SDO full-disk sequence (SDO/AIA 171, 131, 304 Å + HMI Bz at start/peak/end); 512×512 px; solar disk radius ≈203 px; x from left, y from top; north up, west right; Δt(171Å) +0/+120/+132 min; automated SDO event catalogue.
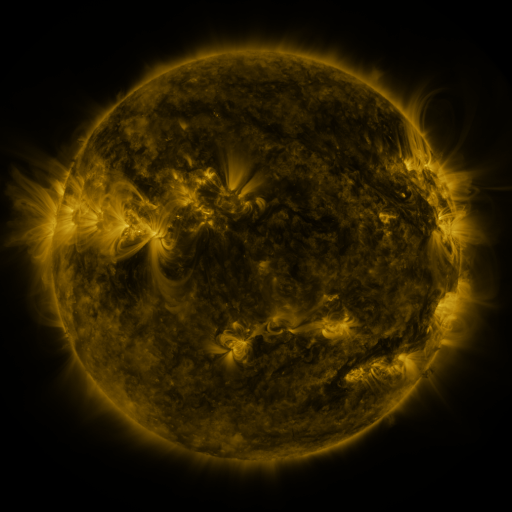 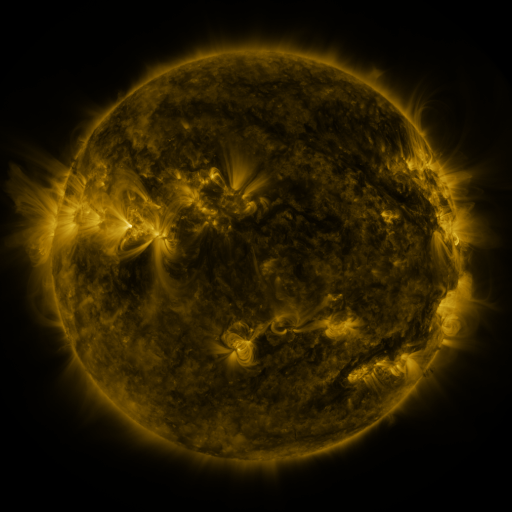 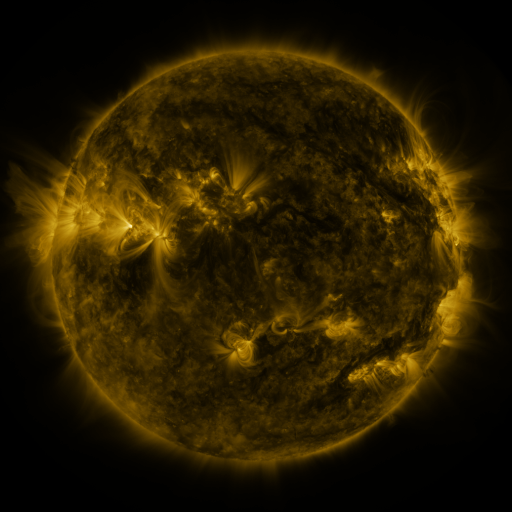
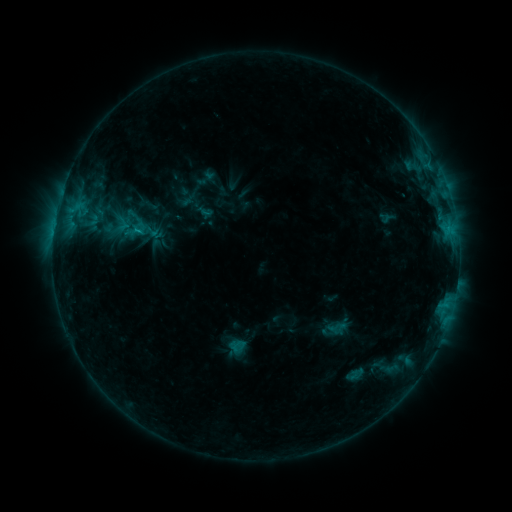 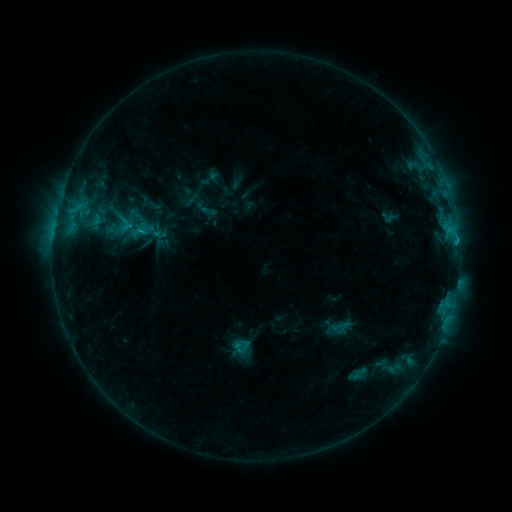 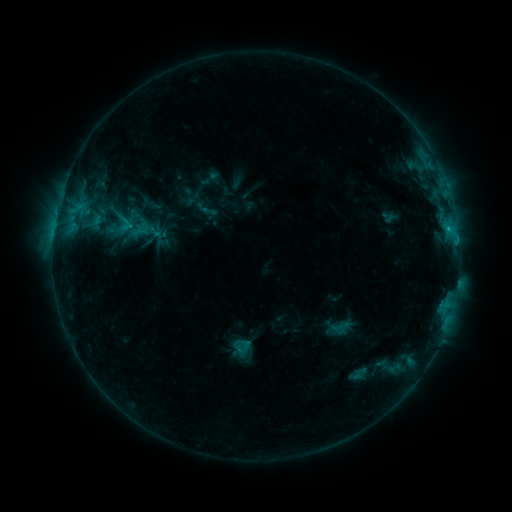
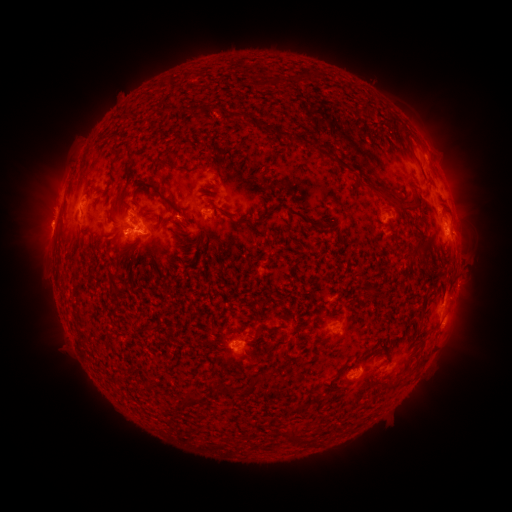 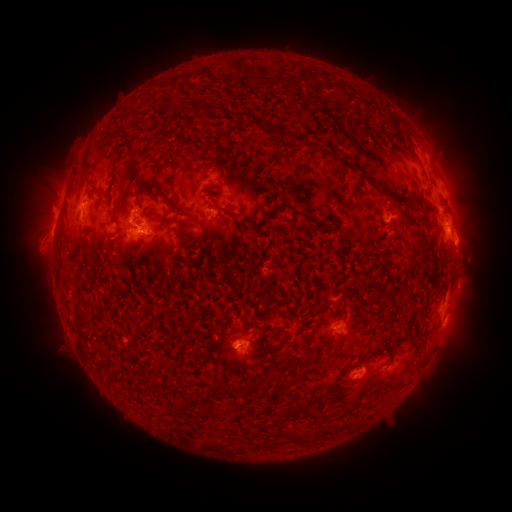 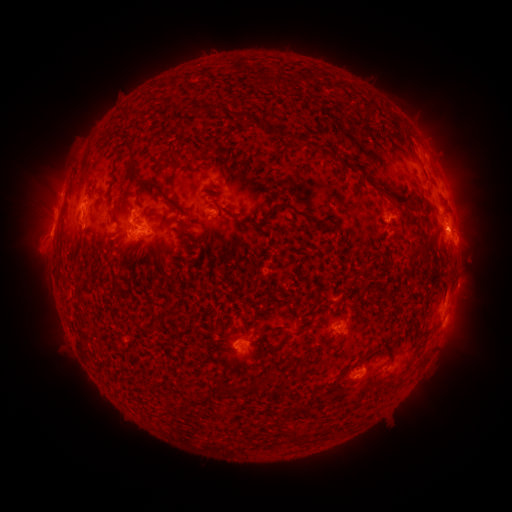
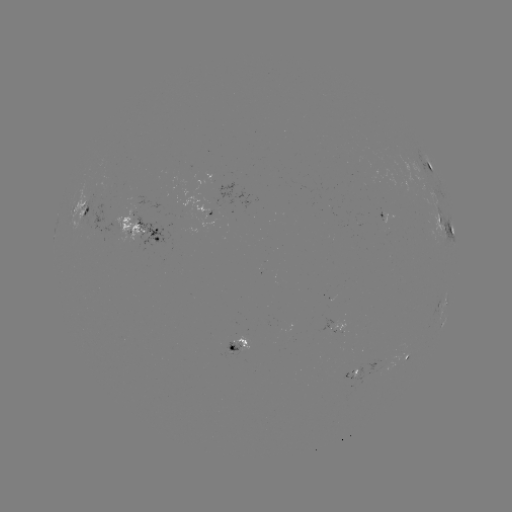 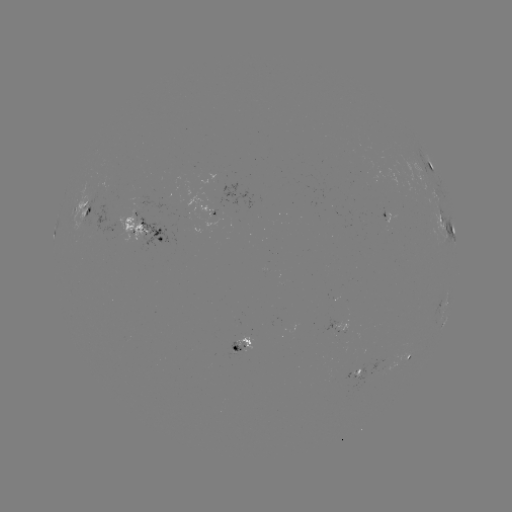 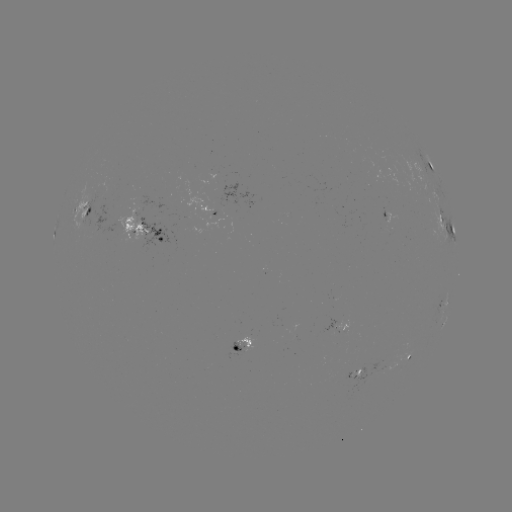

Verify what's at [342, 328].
emerging-flux region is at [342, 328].